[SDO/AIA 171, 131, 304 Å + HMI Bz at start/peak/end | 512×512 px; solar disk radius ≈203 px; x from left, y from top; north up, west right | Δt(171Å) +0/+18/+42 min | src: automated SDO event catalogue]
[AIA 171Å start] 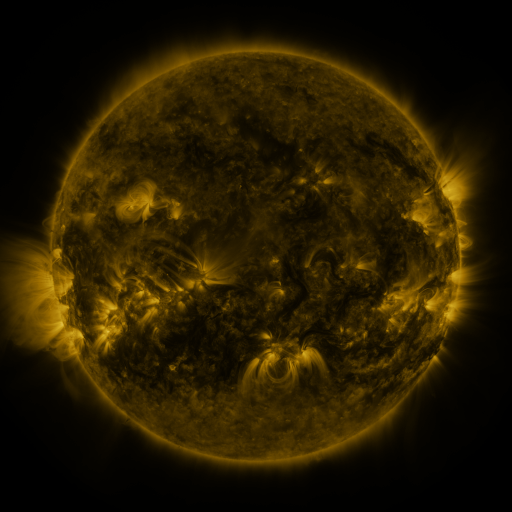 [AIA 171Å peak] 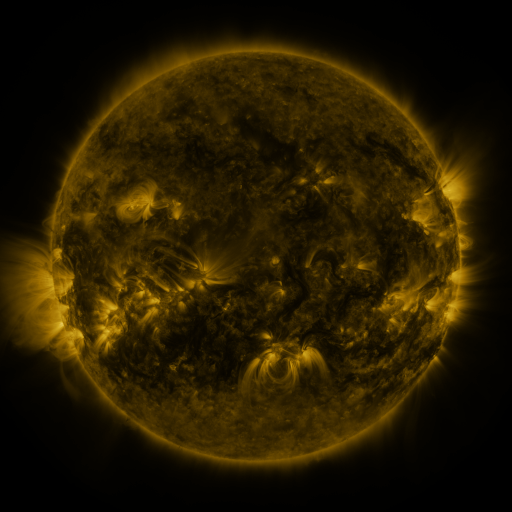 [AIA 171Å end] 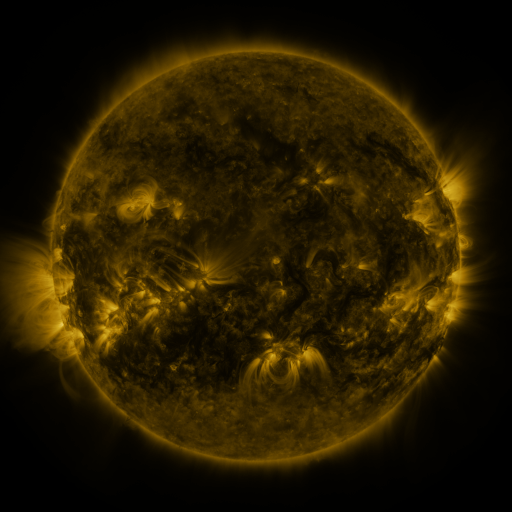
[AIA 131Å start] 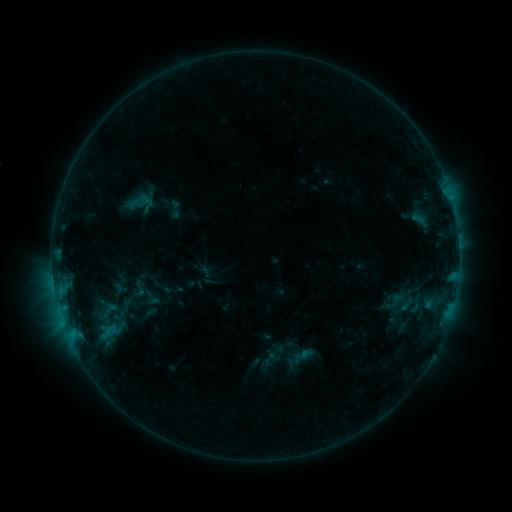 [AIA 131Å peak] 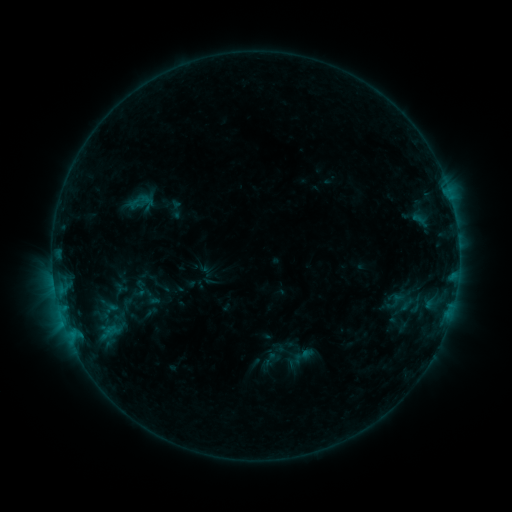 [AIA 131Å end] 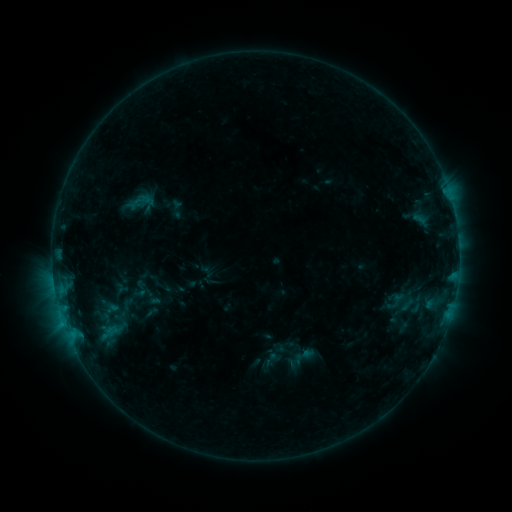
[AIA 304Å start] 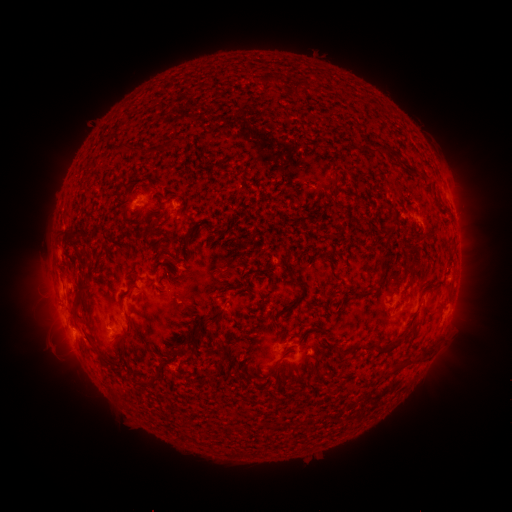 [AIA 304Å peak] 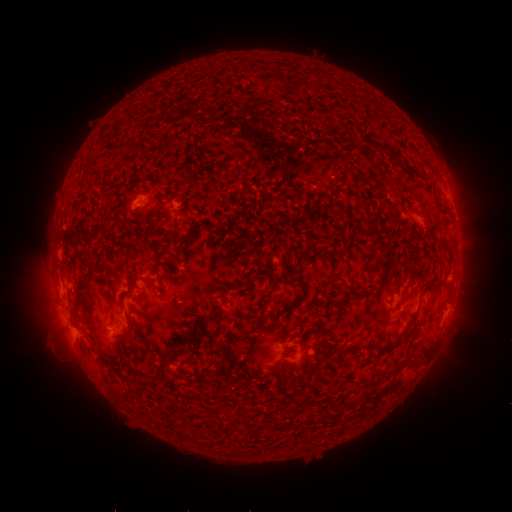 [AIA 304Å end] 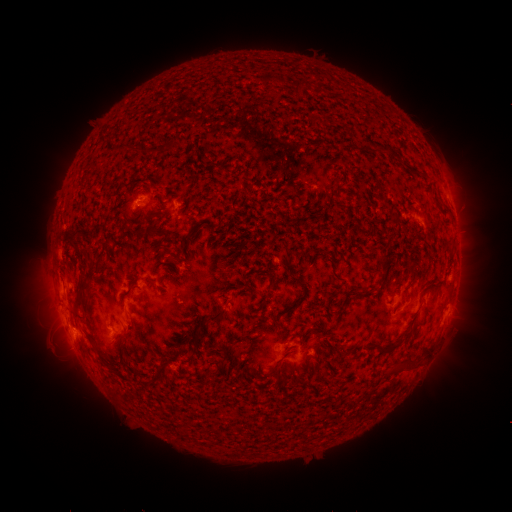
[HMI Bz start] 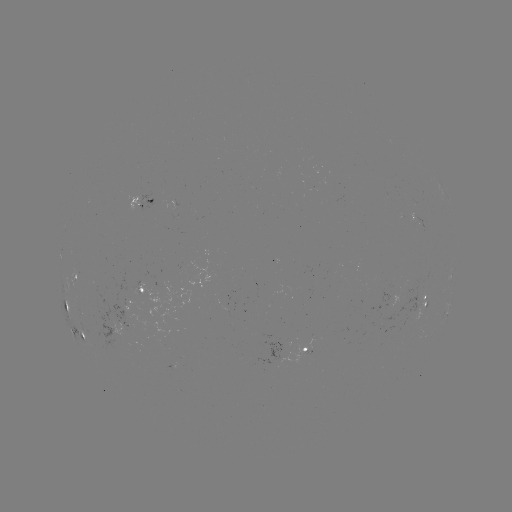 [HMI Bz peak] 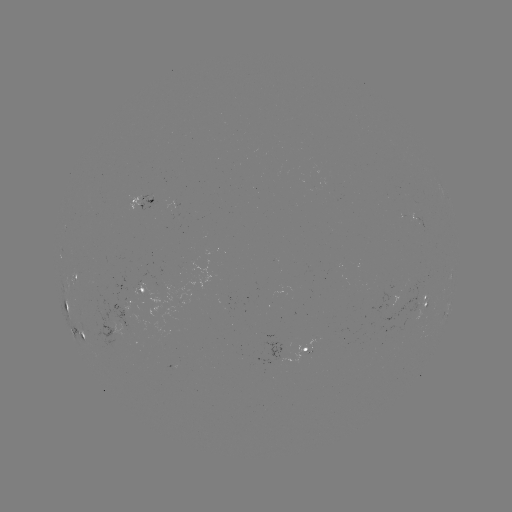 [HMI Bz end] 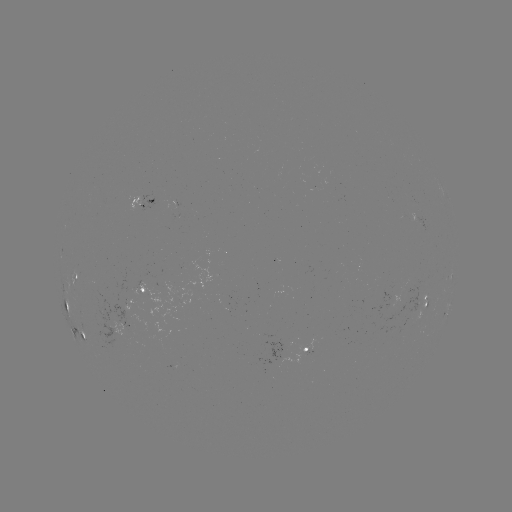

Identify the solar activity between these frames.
no classed flare was catalogued and no EUV brightening was flagged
